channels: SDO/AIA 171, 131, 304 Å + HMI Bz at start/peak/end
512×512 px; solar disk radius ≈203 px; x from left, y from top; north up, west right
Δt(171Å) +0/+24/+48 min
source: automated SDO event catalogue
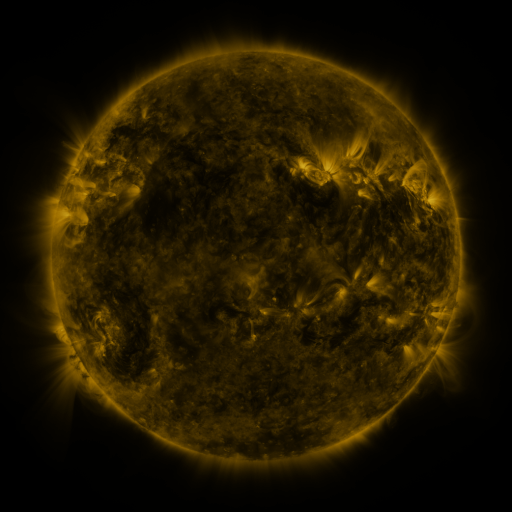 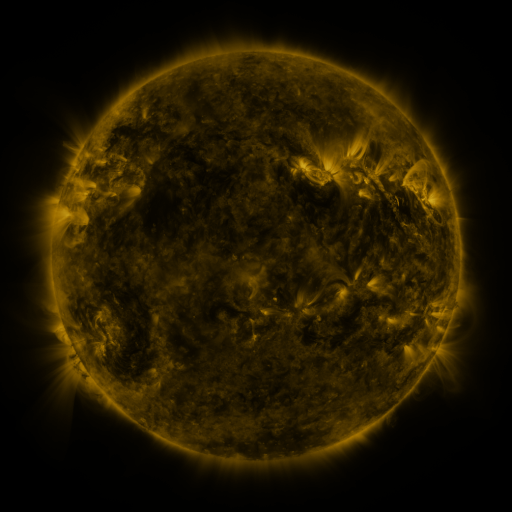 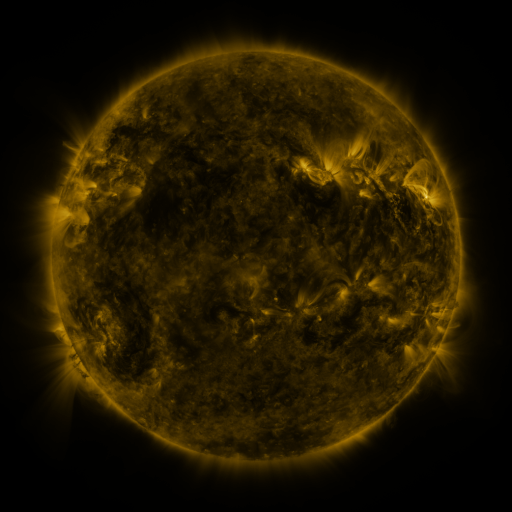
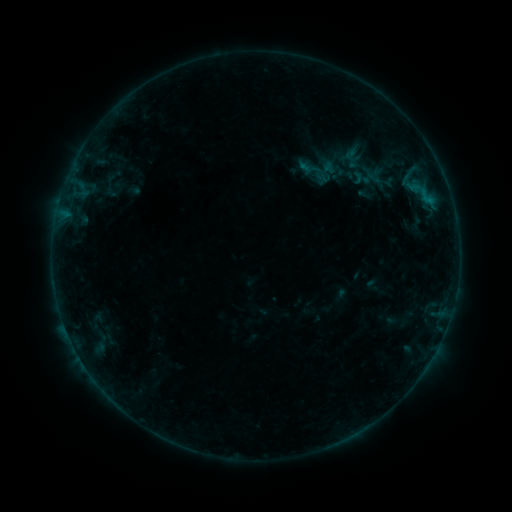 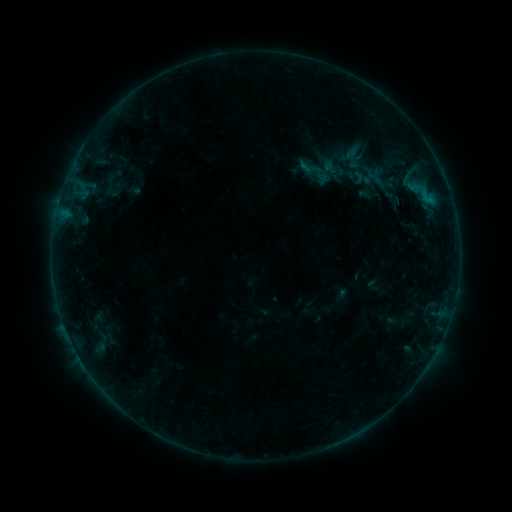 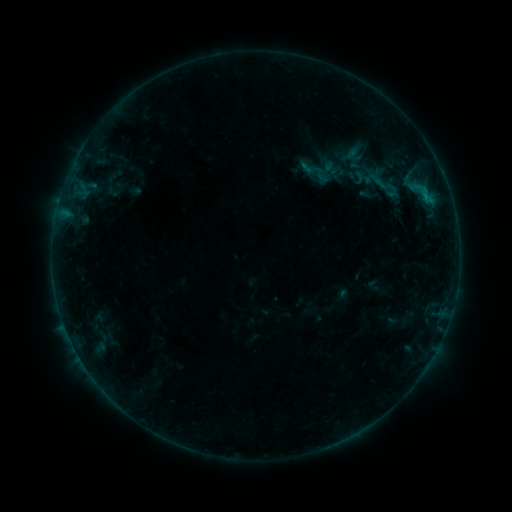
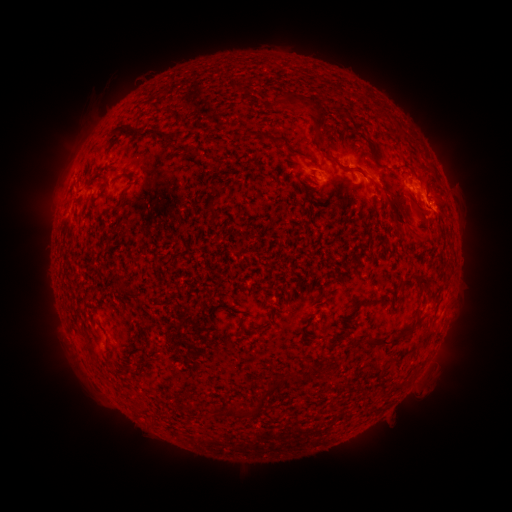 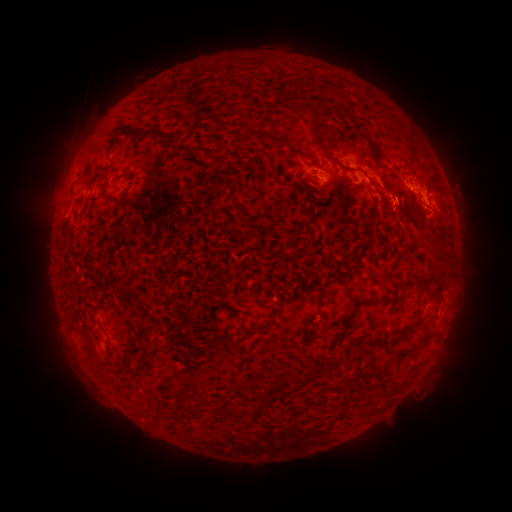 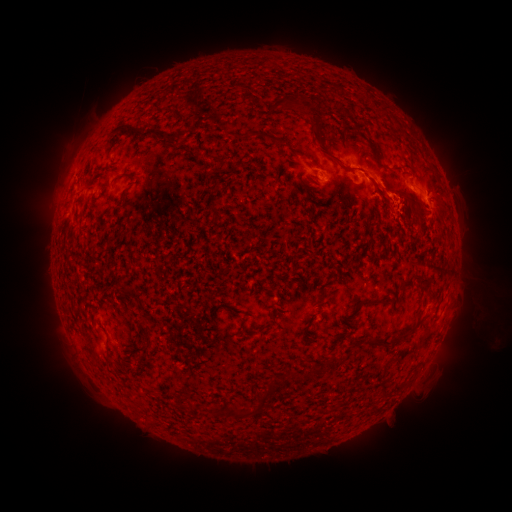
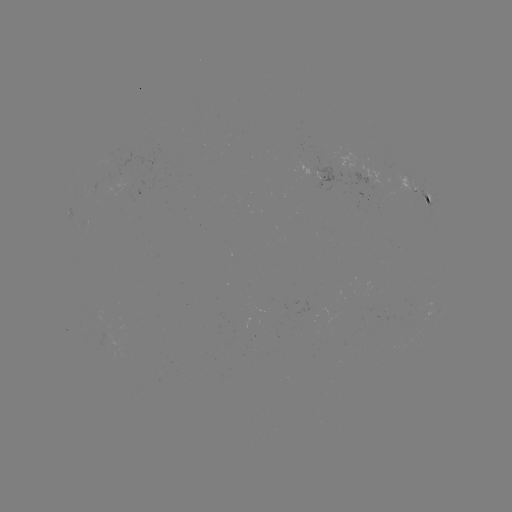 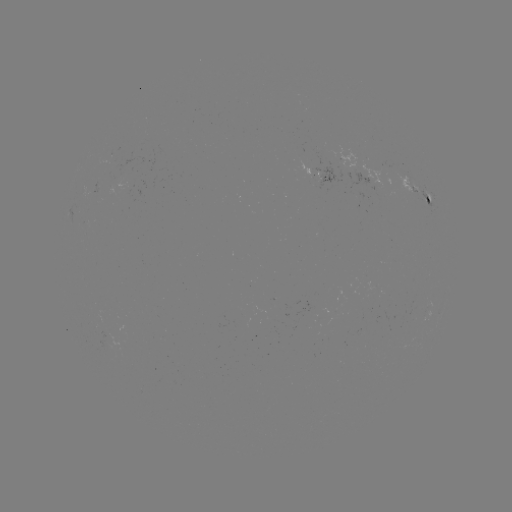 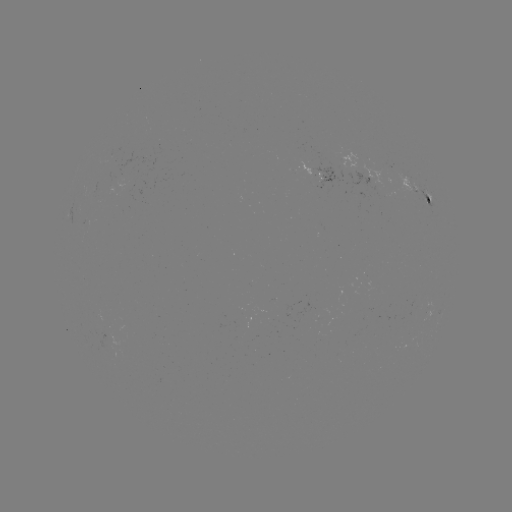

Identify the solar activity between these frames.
eruption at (428, 234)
